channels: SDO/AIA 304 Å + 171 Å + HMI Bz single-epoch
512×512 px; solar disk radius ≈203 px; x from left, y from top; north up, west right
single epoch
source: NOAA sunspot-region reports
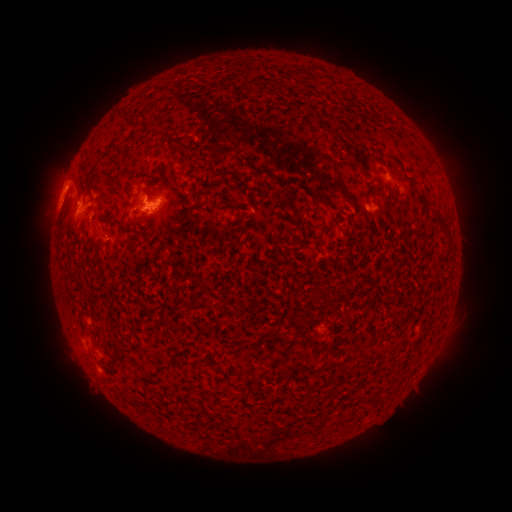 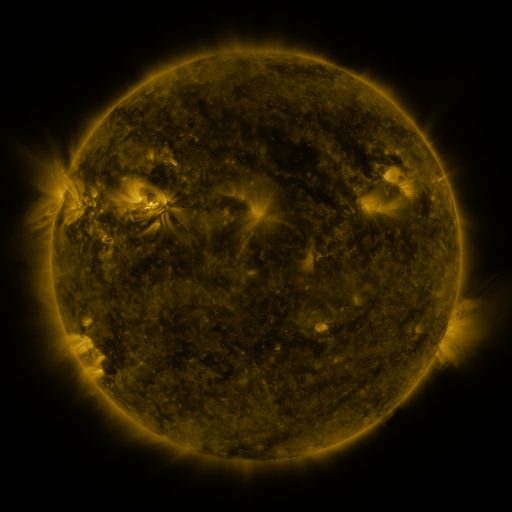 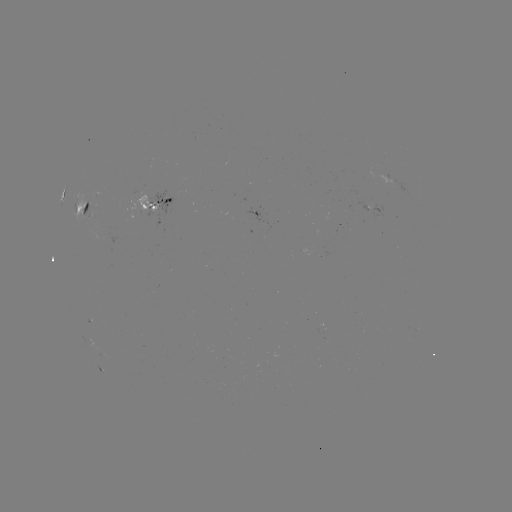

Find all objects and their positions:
spotted active region: (158, 209)
spotted active region: (85, 212)
spotted active region: (376, 214)
